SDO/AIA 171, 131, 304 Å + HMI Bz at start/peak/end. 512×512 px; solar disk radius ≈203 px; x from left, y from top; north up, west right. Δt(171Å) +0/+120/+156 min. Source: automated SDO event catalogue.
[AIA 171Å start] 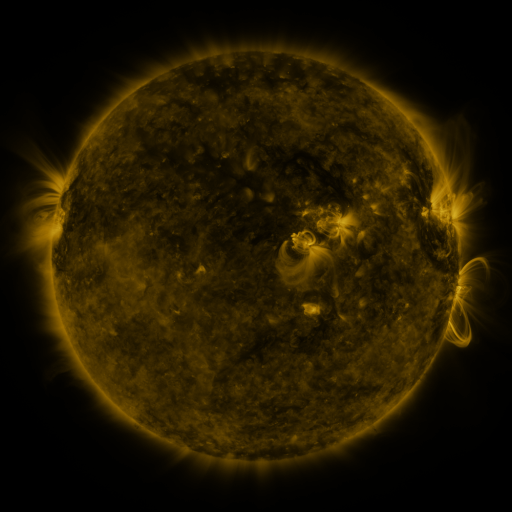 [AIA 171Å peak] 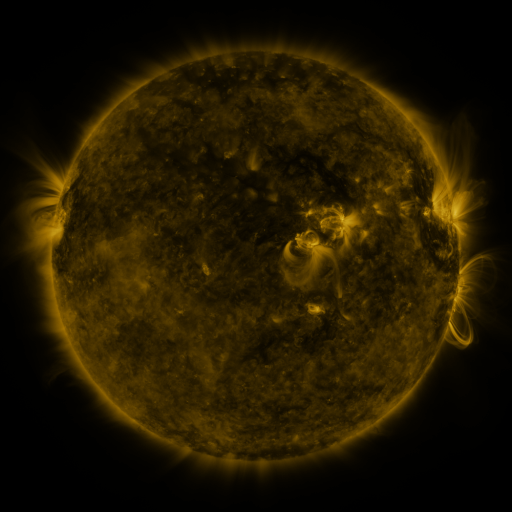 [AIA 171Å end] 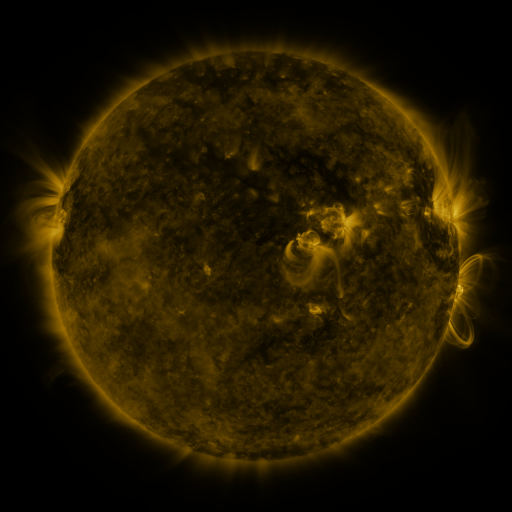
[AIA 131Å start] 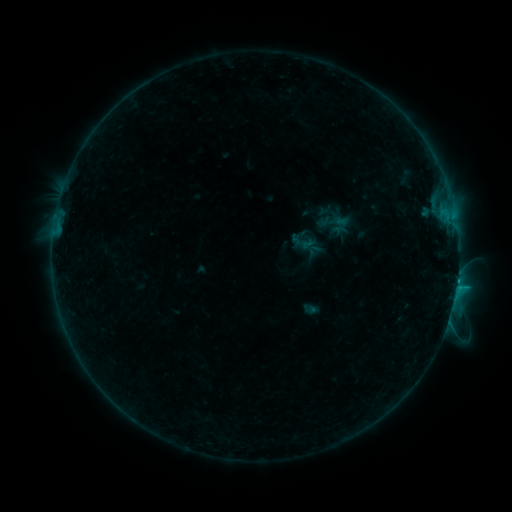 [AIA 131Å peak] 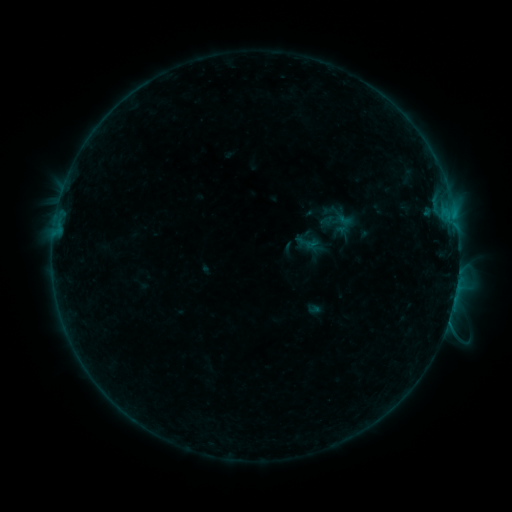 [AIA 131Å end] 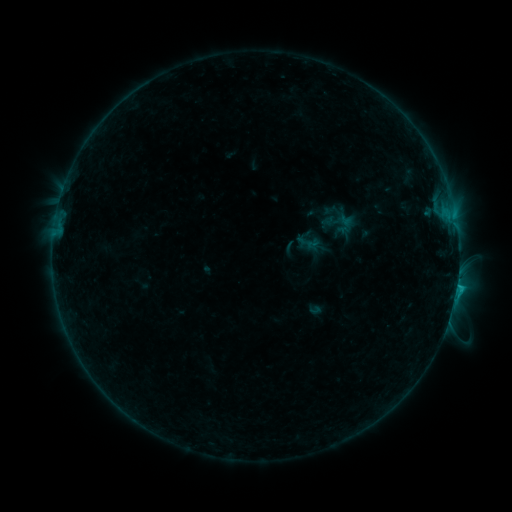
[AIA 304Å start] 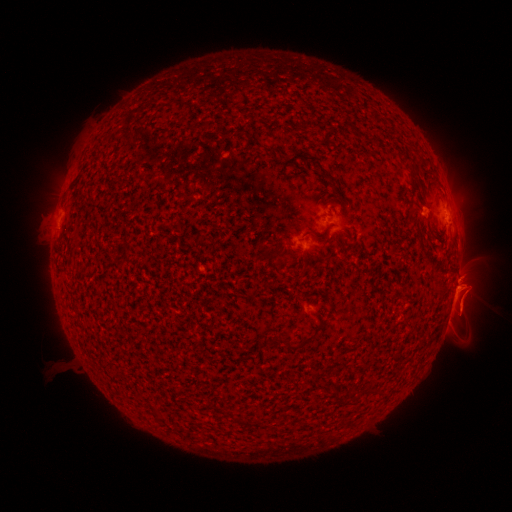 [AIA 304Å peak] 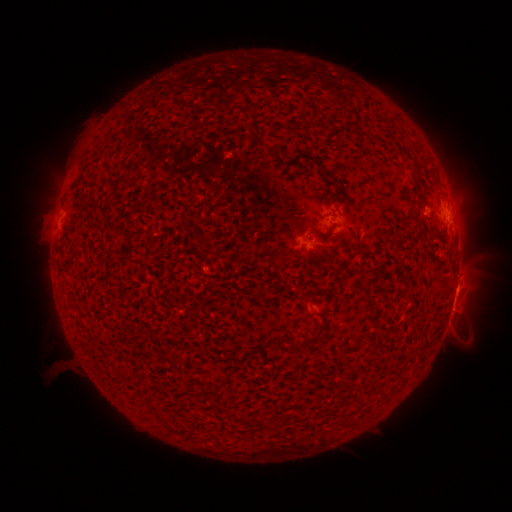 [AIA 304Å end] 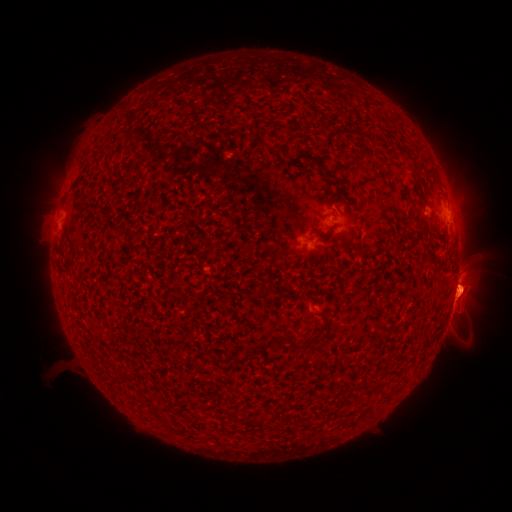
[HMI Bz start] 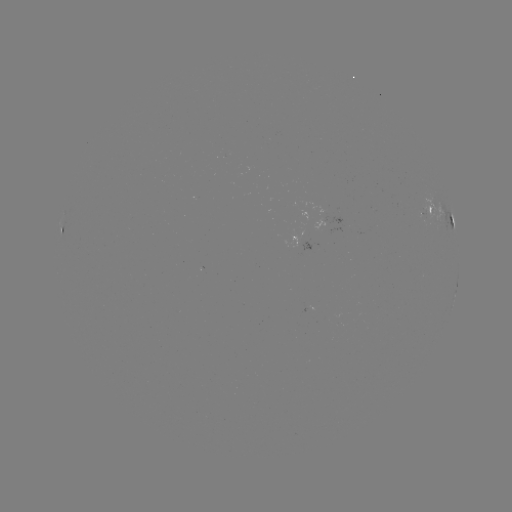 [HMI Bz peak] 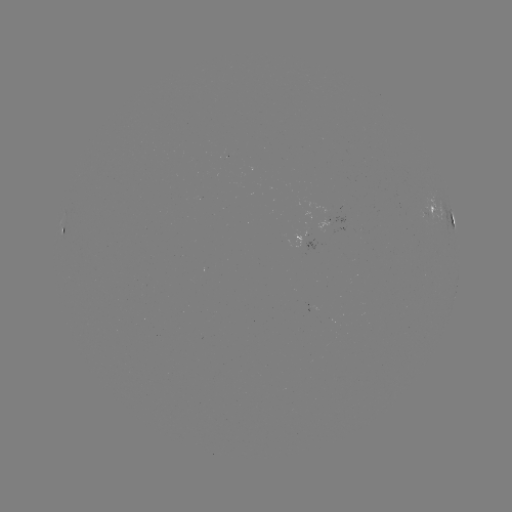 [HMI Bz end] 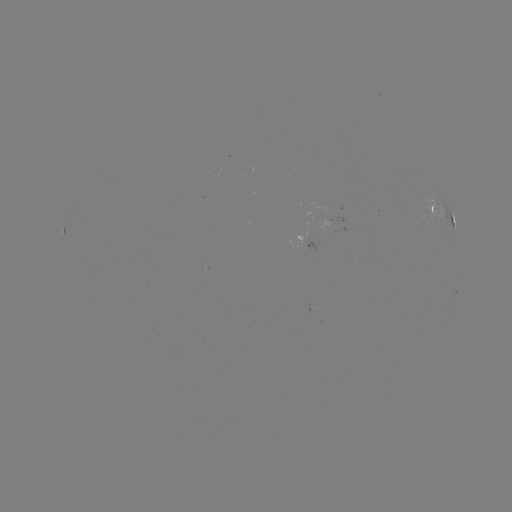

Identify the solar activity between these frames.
emerging-flux region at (323, 212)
